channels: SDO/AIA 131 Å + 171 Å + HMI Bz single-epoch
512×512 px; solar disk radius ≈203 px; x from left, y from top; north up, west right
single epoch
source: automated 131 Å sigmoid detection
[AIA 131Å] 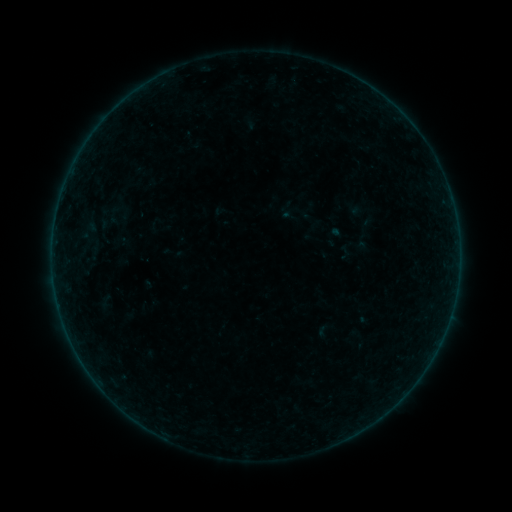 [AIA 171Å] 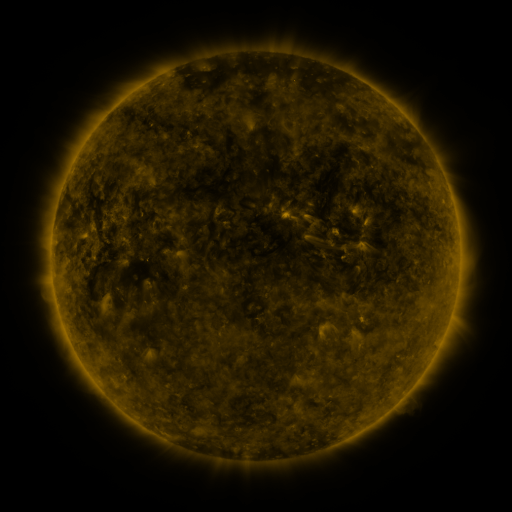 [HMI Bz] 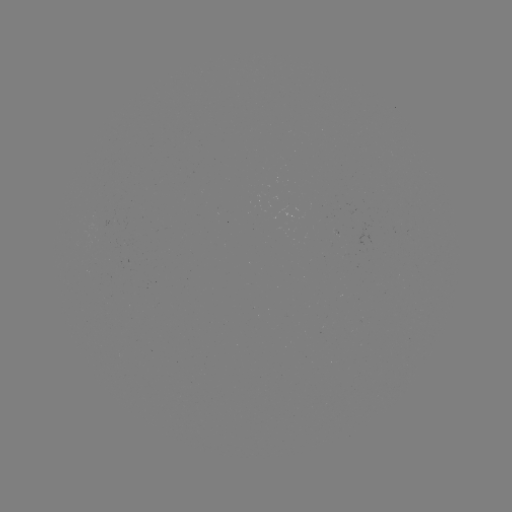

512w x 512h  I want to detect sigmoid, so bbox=[100, 199, 118, 221].